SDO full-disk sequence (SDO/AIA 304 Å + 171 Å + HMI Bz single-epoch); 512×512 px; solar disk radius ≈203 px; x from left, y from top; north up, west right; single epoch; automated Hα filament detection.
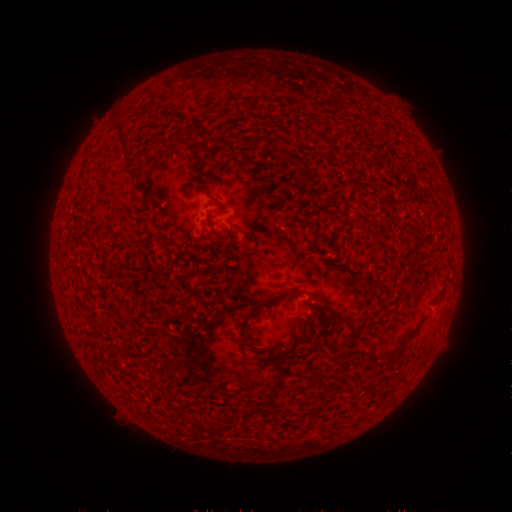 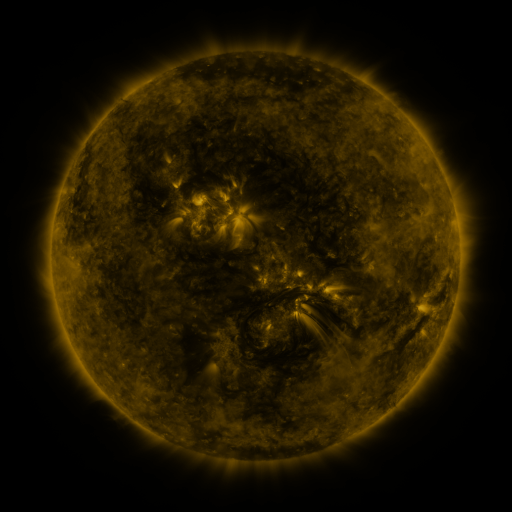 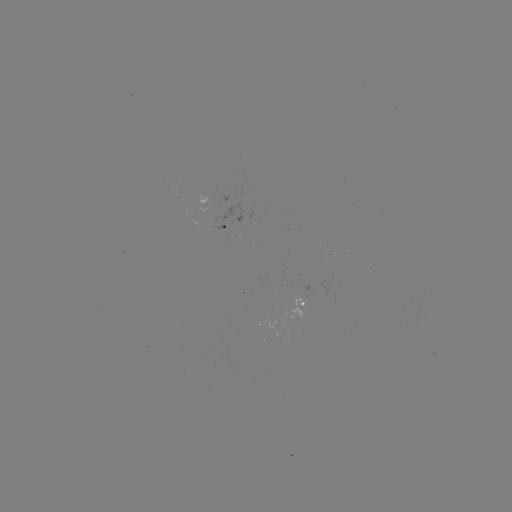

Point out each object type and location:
filament: (117, 122, 131, 146)
filament: (275, 148, 309, 167)
filament: (125, 151, 134, 162)
filament: (130, 169, 143, 179)
filament: (303, 172, 317, 188)
filament: (198, 185, 220, 203)
filament: (302, 219, 314, 229)
filament: (239, 228, 249, 239)
filament: (306, 293, 326, 306)
filament: (262, 294, 280, 309)
filament: (386, 341, 406, 359)
filament: (270, 414, 278, 425)
